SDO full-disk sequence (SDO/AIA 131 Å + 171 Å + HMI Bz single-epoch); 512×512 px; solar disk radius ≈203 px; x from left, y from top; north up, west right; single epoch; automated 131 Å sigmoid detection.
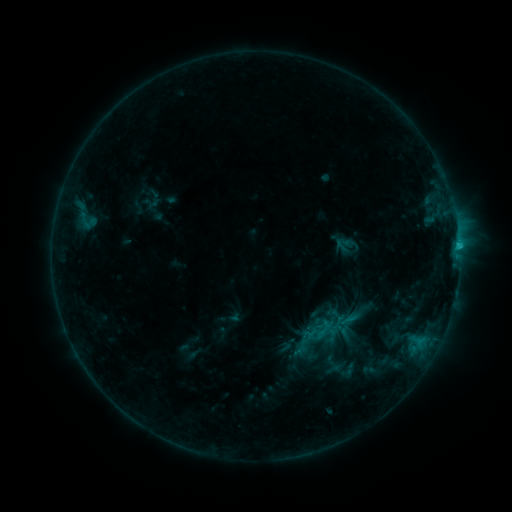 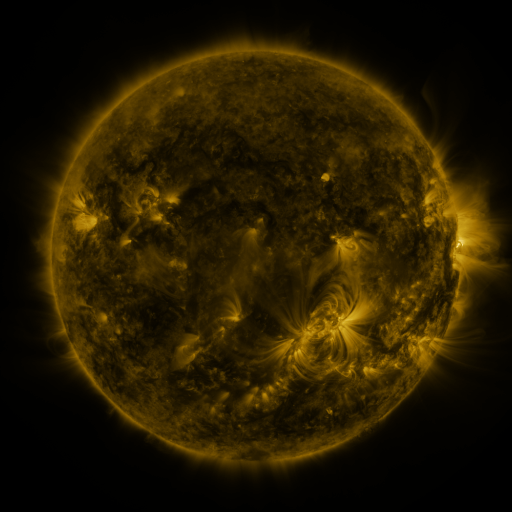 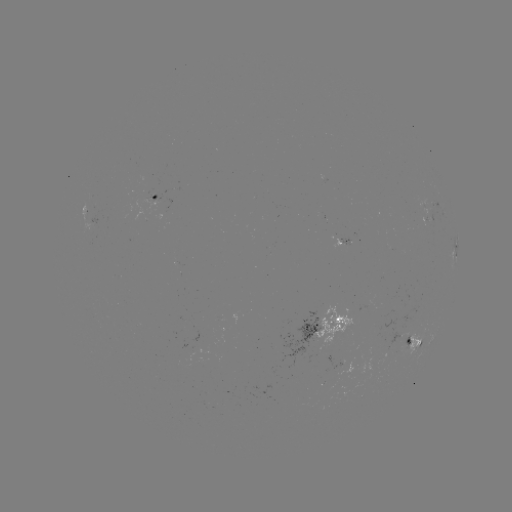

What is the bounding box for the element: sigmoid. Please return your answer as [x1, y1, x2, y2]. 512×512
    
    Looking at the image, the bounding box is [338, 361, 357, 380].